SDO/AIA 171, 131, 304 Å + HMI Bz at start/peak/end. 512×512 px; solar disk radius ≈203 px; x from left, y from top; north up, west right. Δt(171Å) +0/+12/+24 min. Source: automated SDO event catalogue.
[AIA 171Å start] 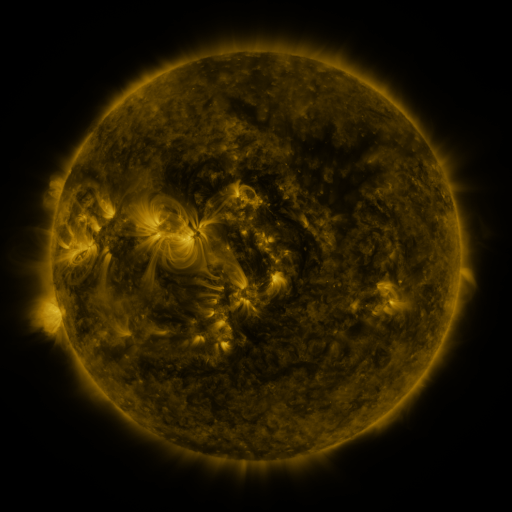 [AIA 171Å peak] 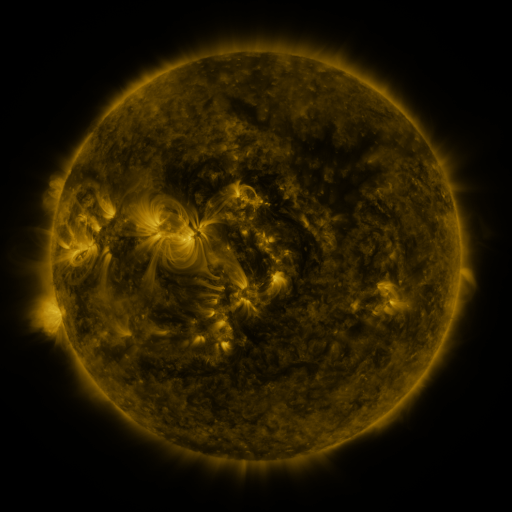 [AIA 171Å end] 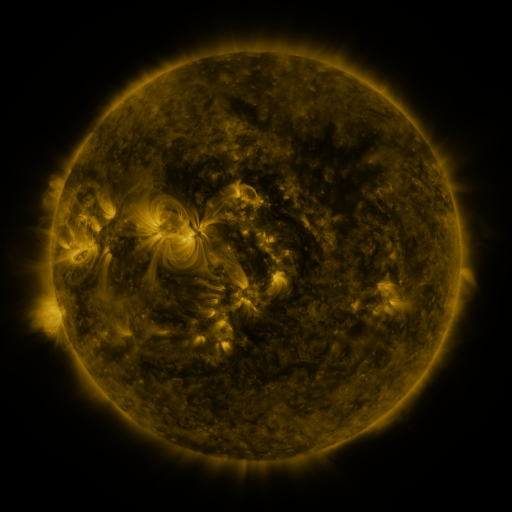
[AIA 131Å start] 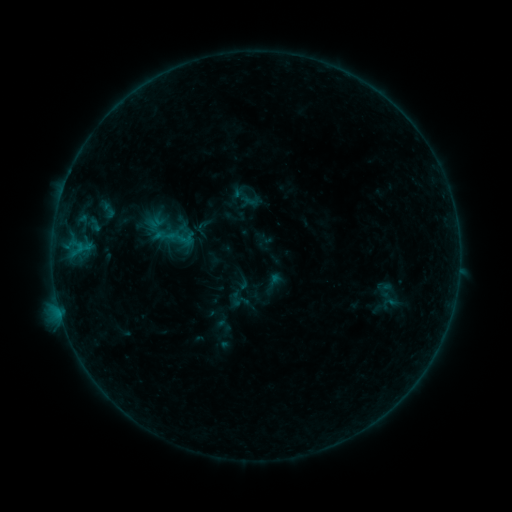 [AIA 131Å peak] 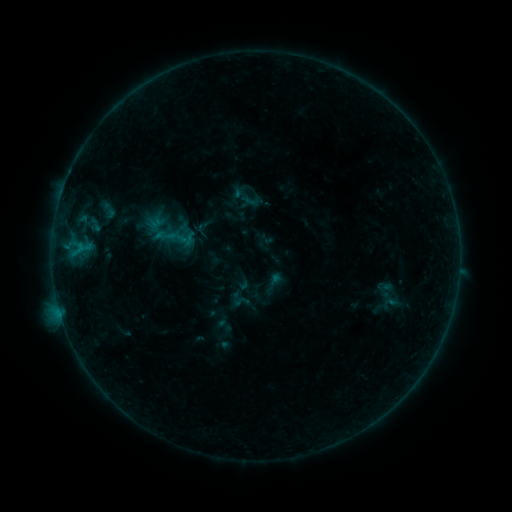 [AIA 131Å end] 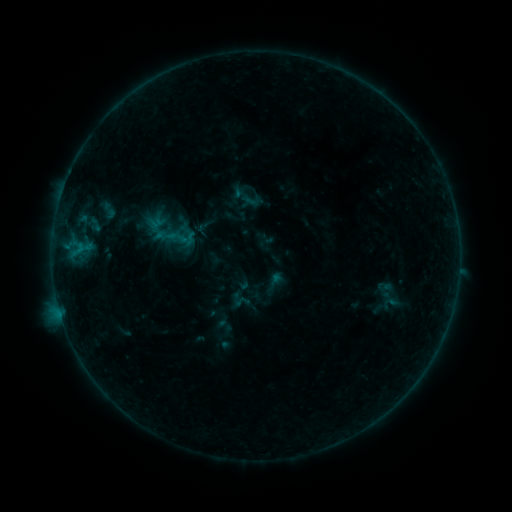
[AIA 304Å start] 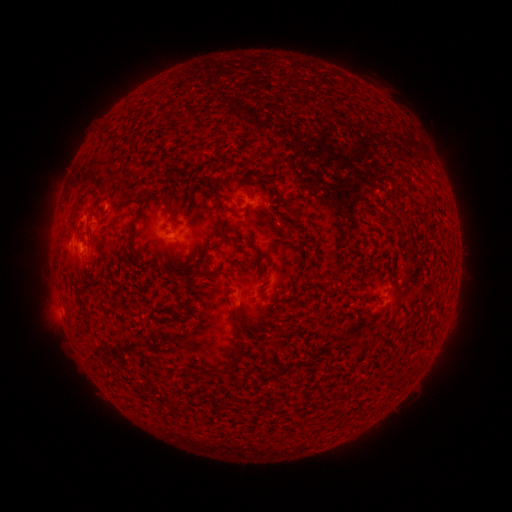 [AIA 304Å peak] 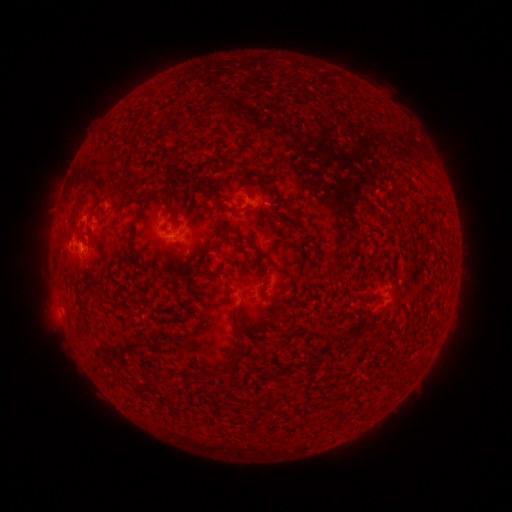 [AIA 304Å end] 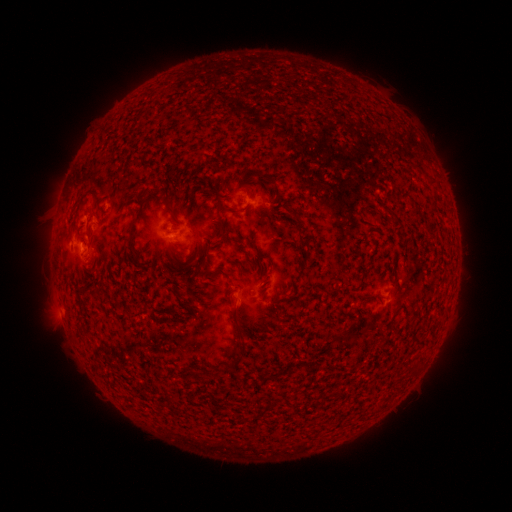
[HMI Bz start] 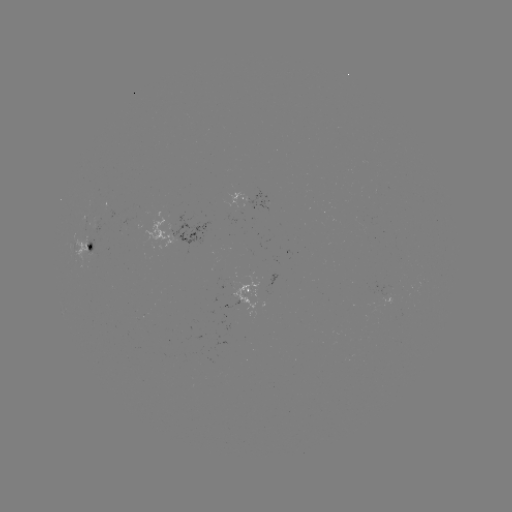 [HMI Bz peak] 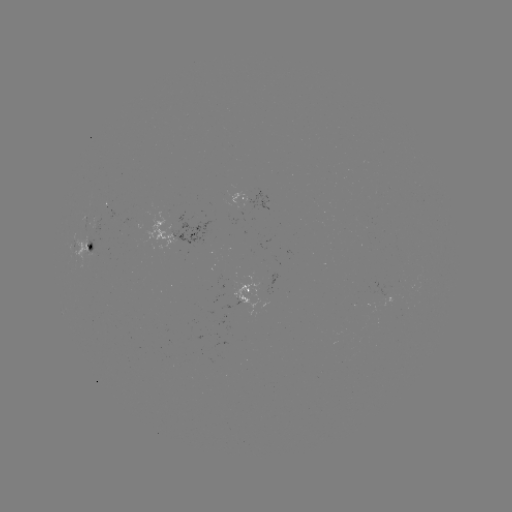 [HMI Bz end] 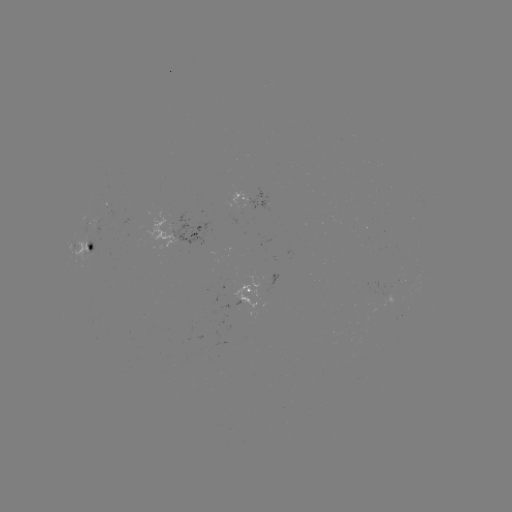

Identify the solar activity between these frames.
no classed flare was catalogued and no EUV brightening was flagged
